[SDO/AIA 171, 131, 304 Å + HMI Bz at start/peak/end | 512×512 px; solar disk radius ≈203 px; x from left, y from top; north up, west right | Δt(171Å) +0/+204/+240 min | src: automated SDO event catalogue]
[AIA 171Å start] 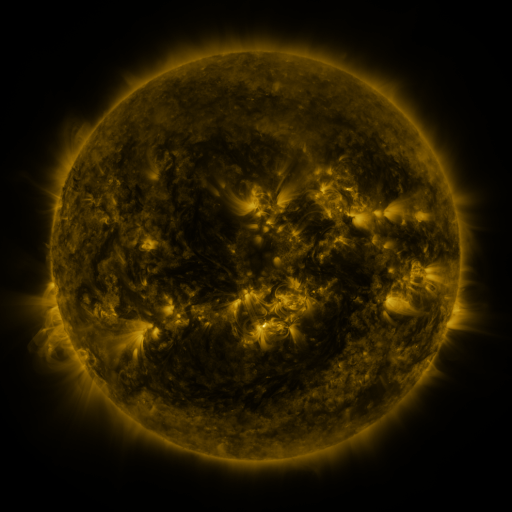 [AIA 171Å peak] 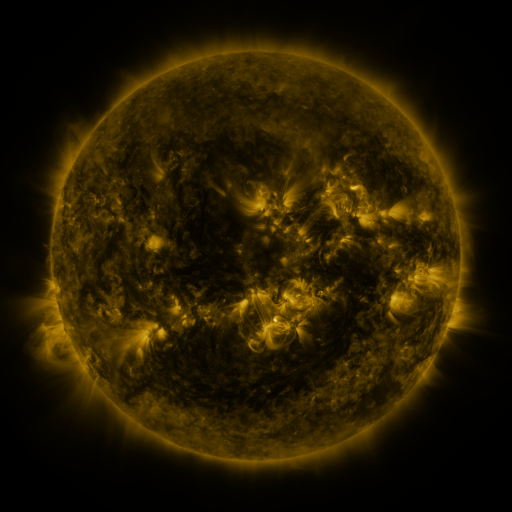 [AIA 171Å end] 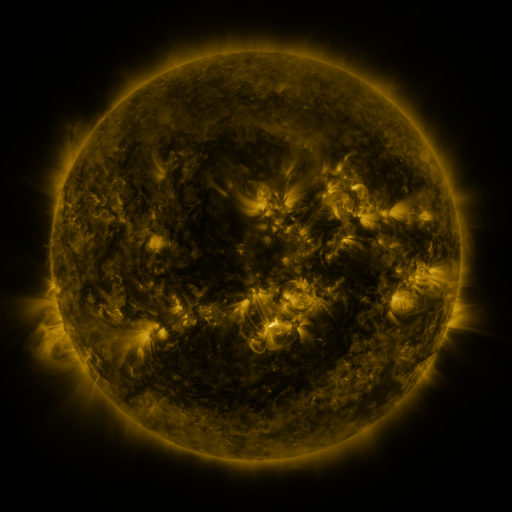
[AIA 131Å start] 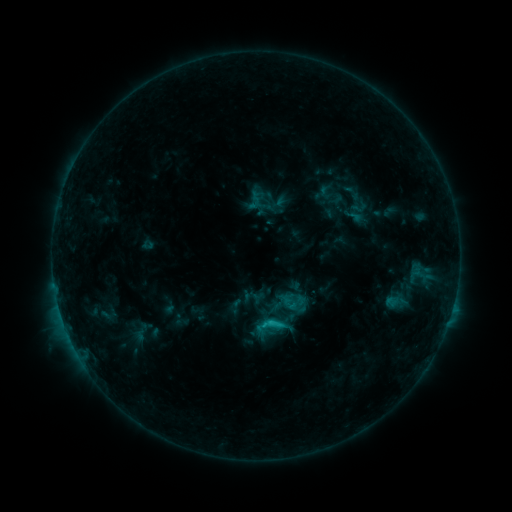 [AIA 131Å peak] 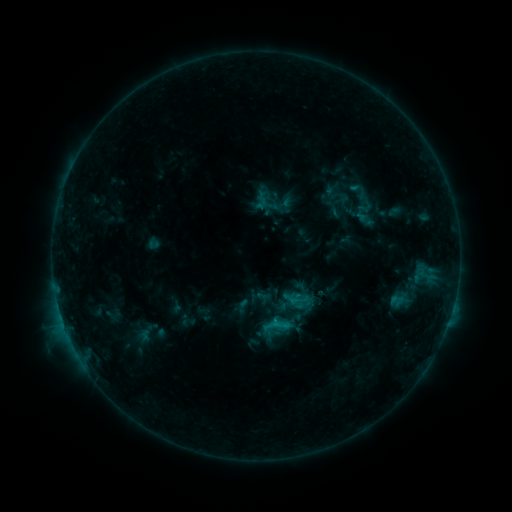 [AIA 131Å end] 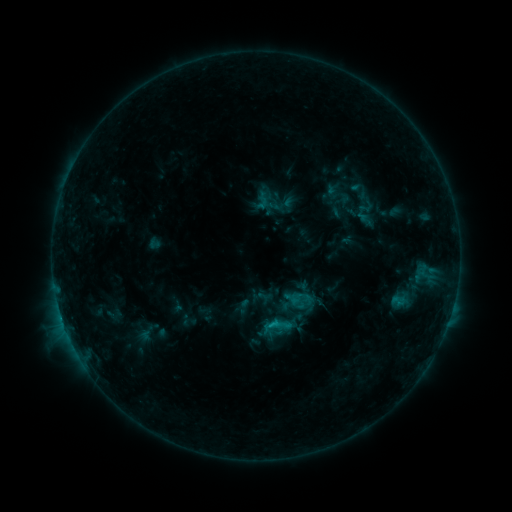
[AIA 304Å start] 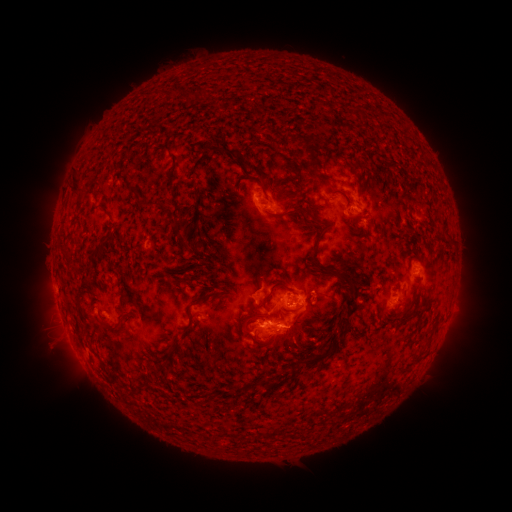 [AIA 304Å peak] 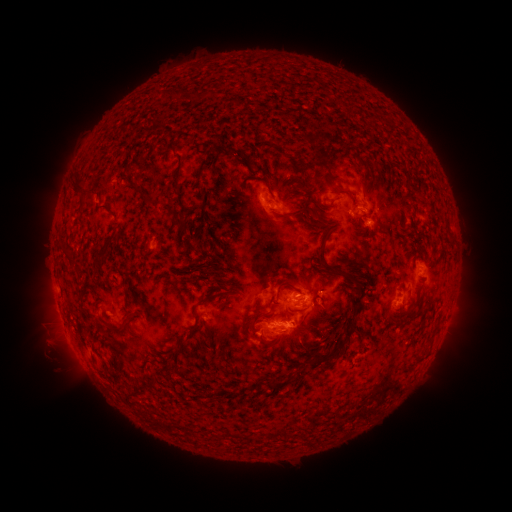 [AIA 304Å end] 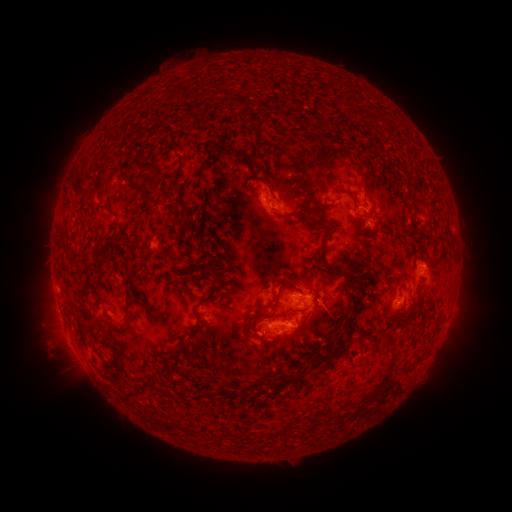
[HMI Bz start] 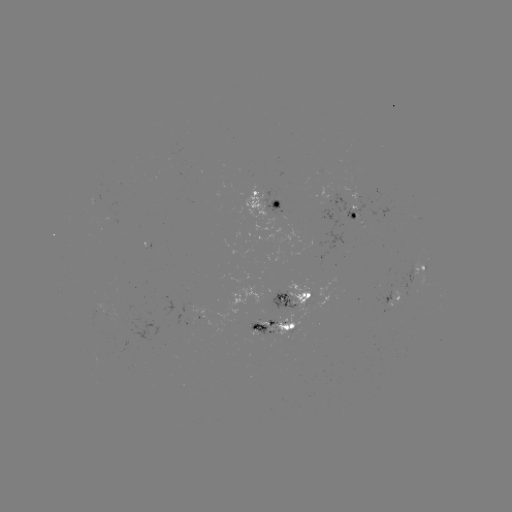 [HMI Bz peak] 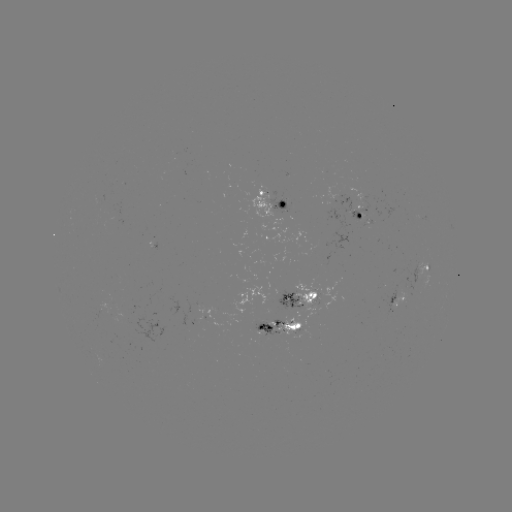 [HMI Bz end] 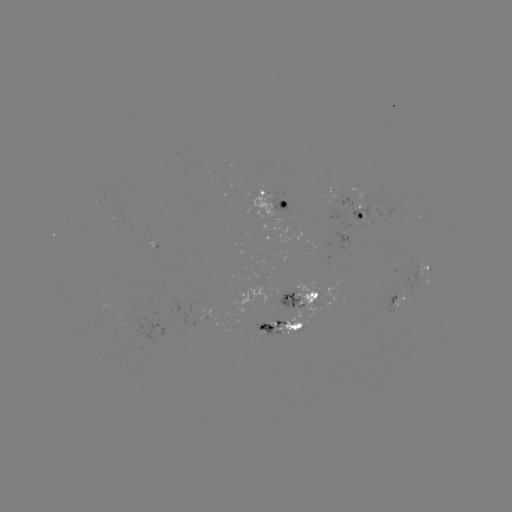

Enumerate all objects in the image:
emerging-flux region: (310, 303)
